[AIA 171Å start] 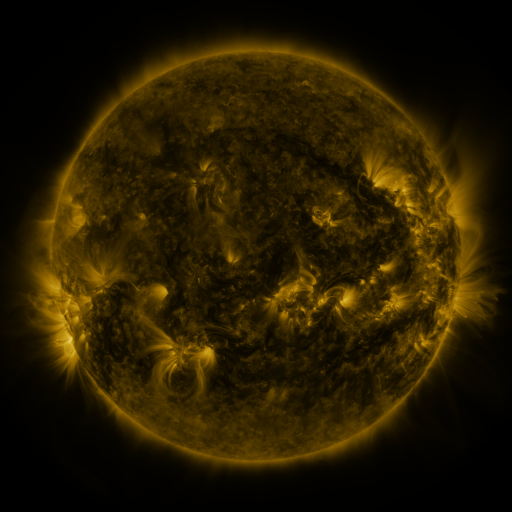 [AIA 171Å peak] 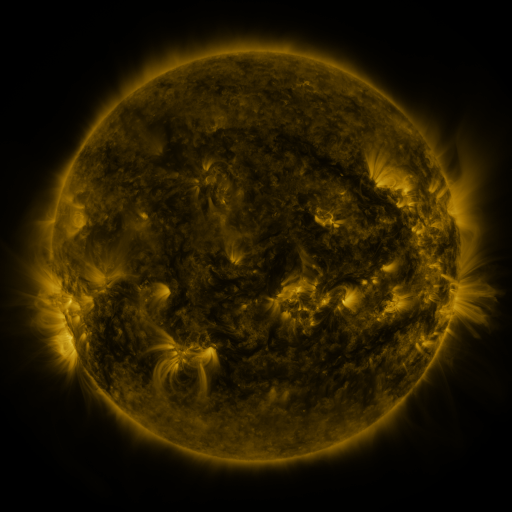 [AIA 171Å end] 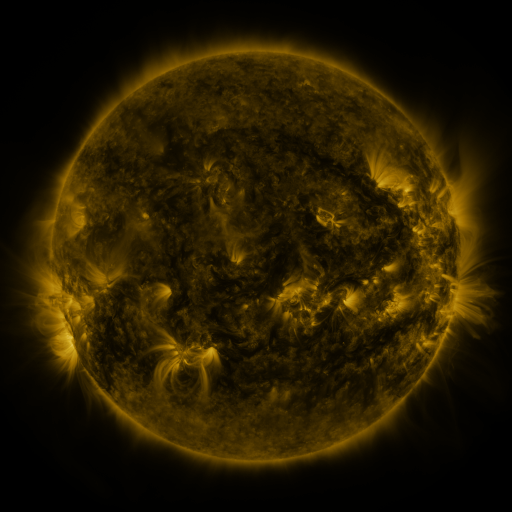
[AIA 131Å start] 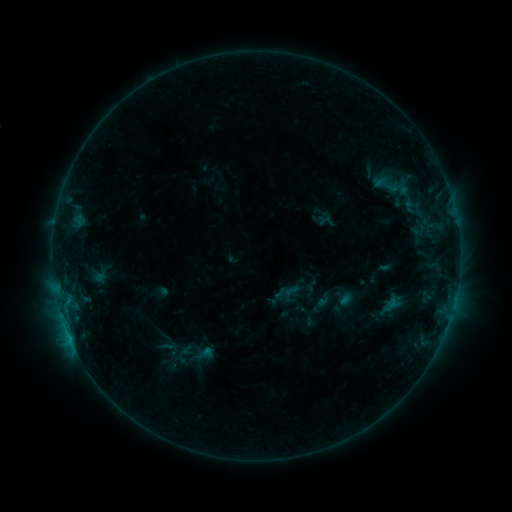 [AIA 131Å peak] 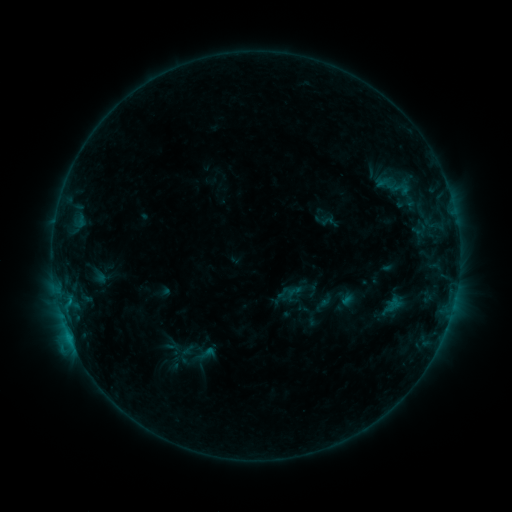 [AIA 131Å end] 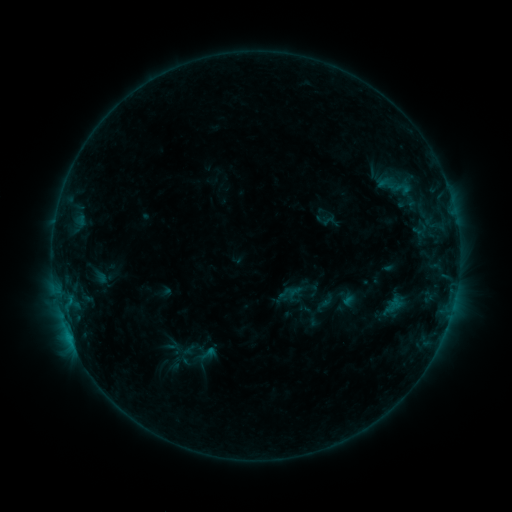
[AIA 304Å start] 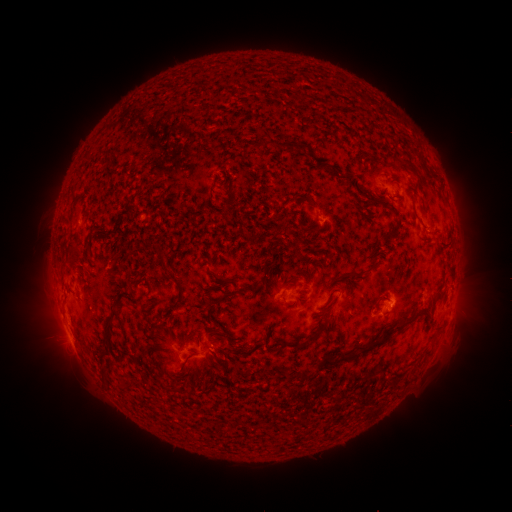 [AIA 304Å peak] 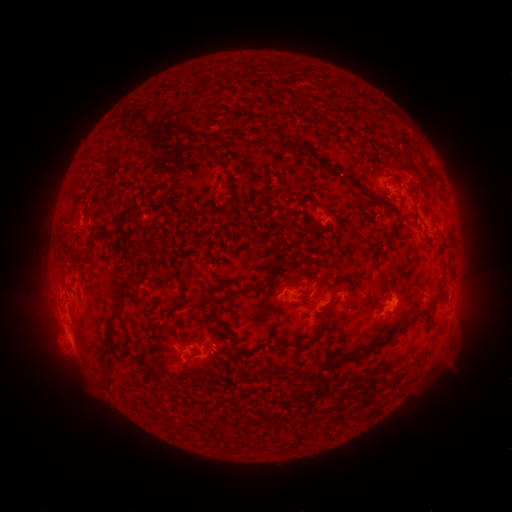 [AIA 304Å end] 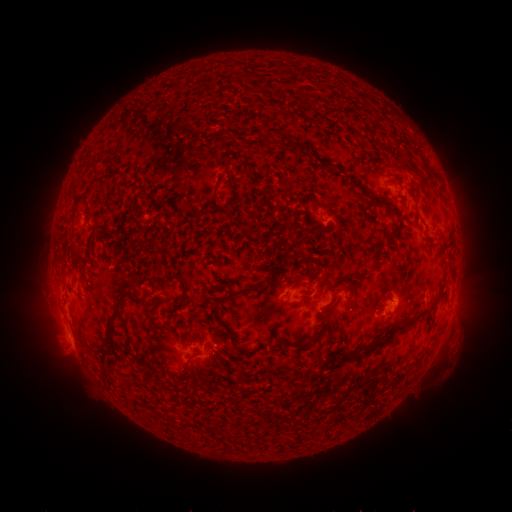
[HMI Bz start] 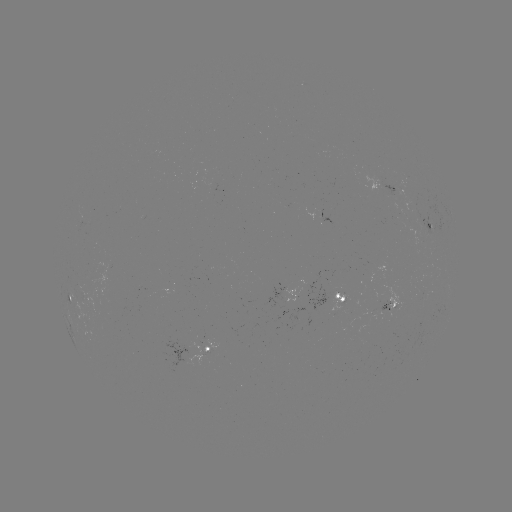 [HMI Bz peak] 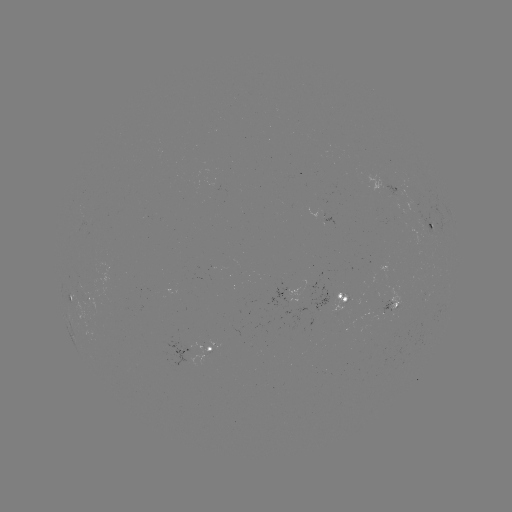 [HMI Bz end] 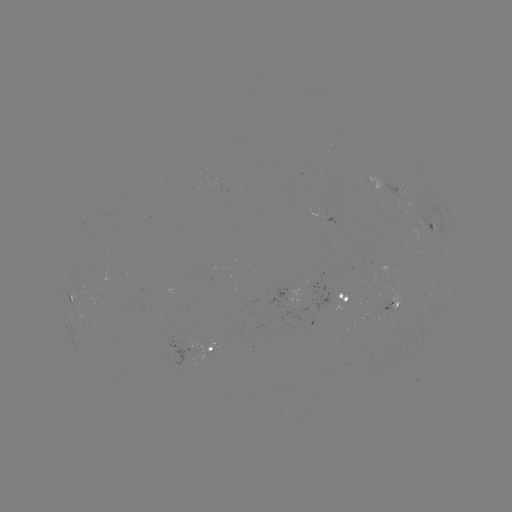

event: emerging-flux region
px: (340, 297)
